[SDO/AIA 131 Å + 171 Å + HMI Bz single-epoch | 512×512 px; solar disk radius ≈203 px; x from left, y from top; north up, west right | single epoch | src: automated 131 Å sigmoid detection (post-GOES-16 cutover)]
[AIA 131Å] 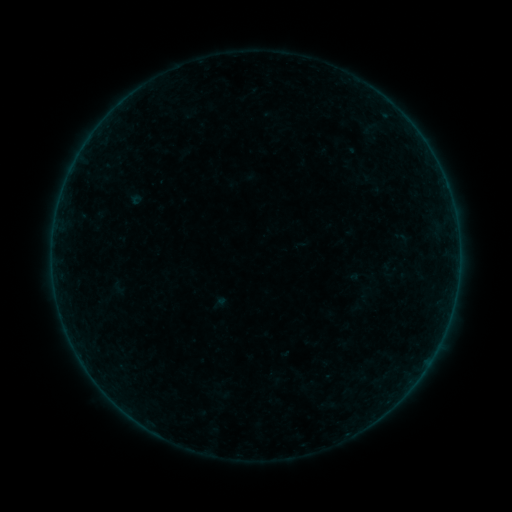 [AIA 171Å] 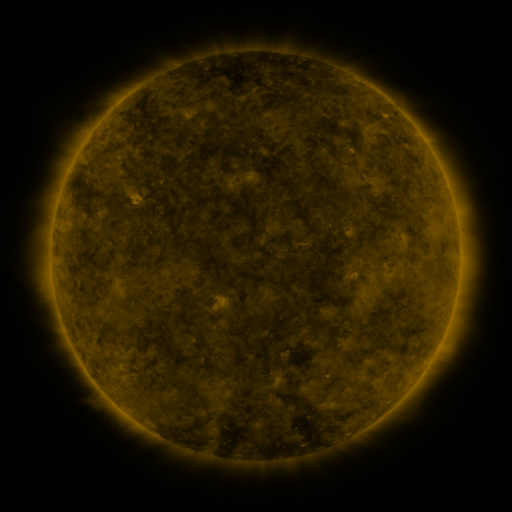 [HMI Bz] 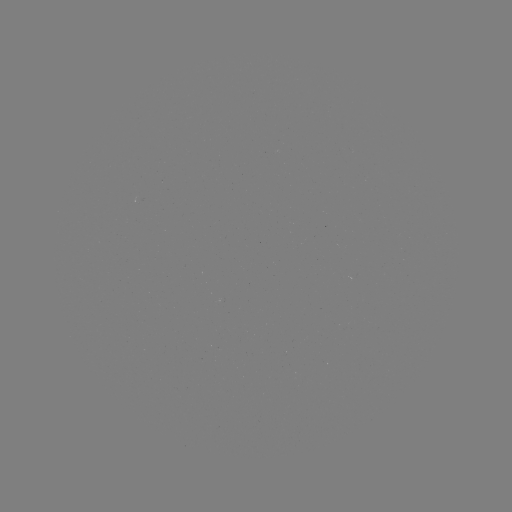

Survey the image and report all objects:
sigmoid: (108, 279, 129, 297)
